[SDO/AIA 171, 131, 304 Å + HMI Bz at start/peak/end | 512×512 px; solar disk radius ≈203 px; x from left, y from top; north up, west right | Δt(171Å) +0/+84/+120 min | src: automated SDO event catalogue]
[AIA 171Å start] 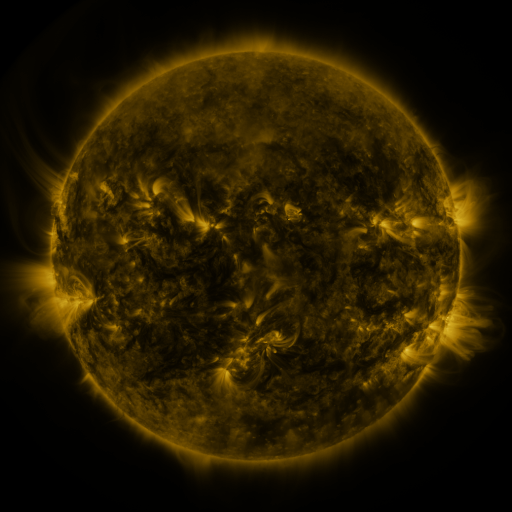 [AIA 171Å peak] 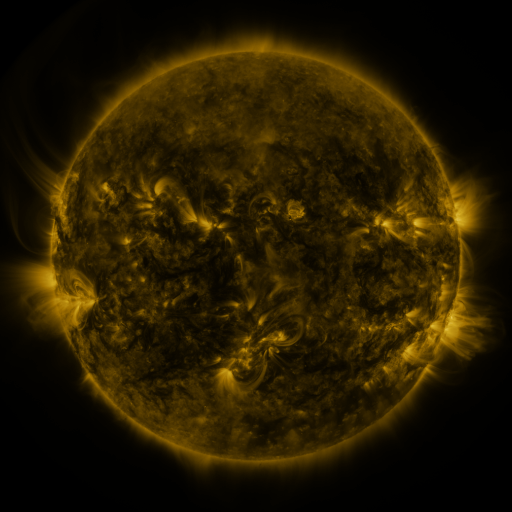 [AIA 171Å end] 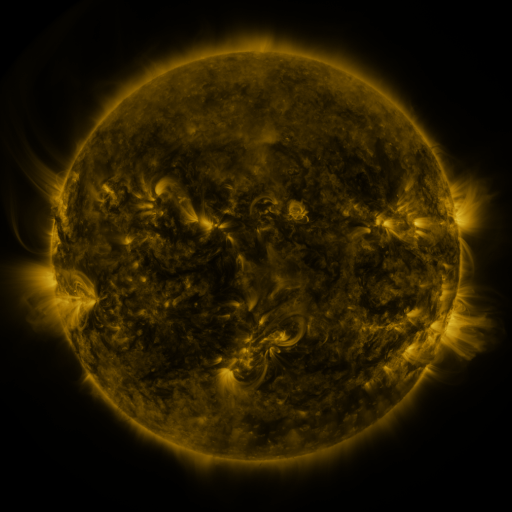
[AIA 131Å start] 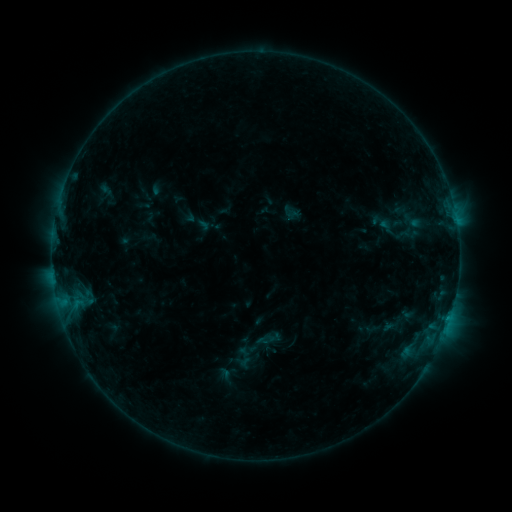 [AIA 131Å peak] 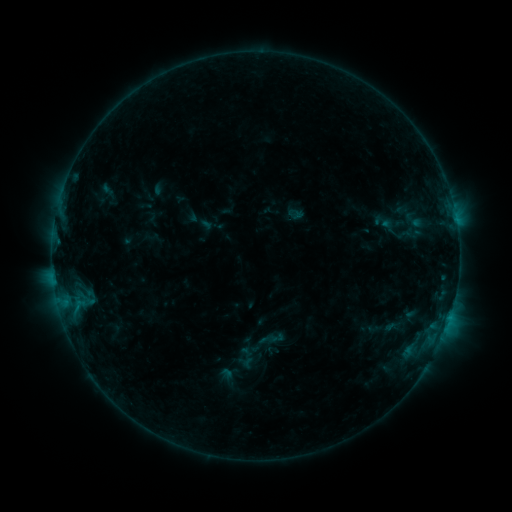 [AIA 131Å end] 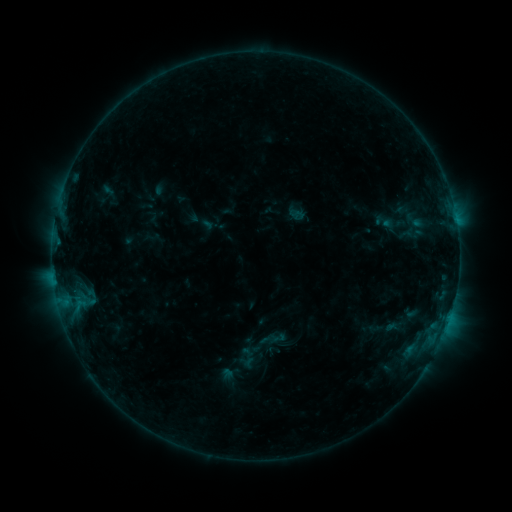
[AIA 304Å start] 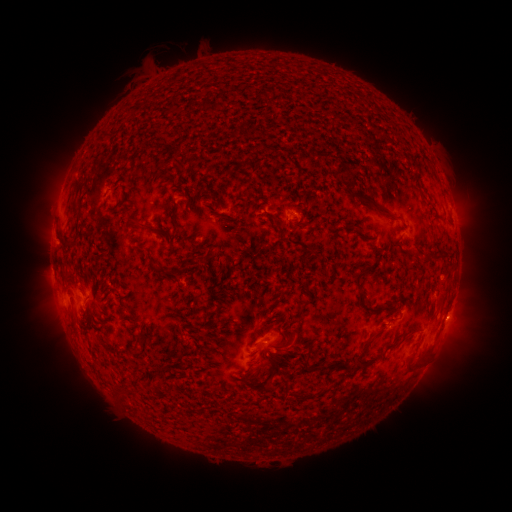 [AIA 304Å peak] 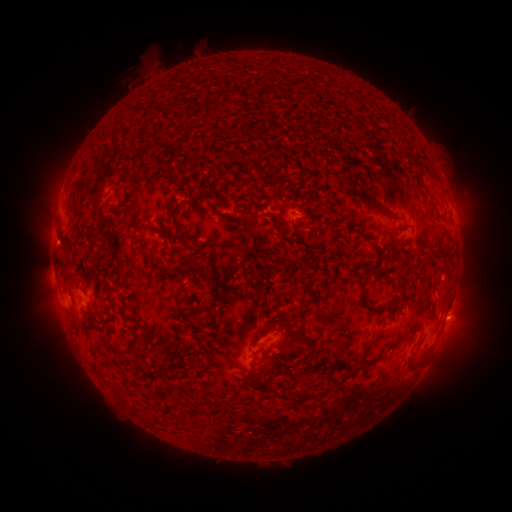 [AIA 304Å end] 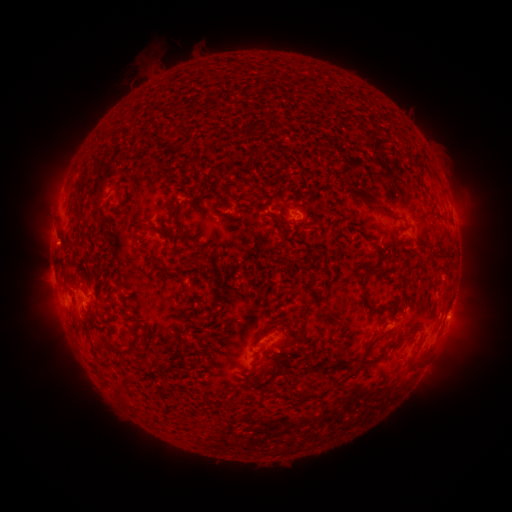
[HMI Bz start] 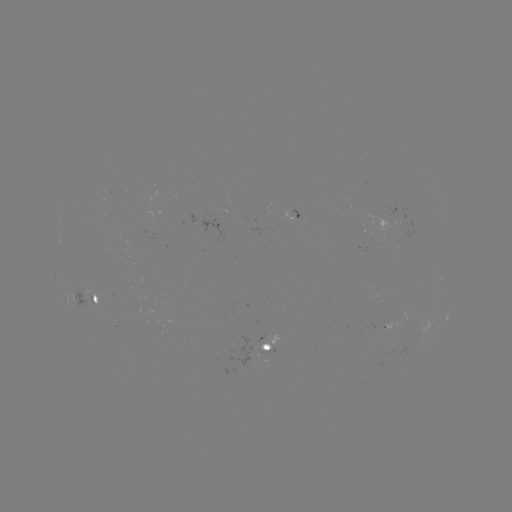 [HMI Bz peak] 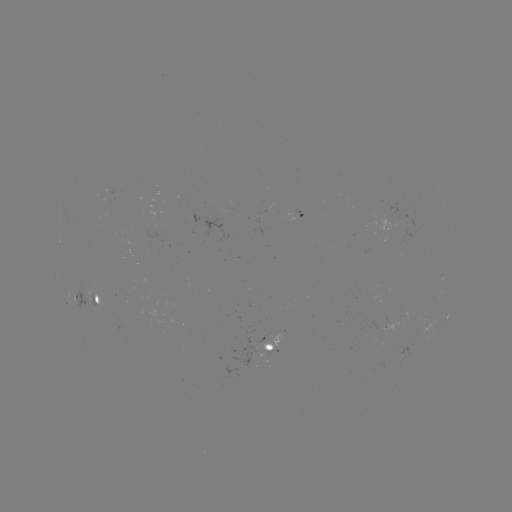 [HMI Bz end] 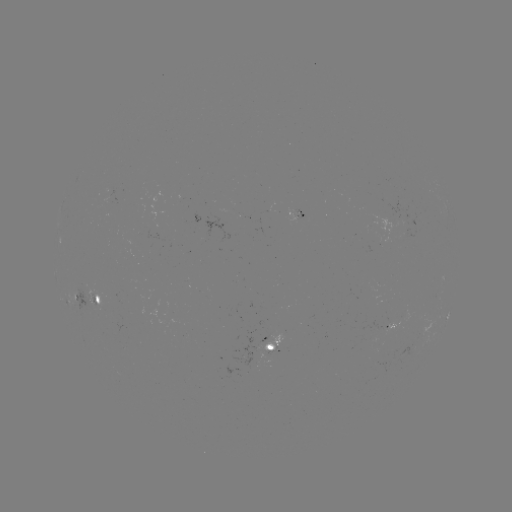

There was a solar emerging-flux region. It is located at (373, 331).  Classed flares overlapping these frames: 1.